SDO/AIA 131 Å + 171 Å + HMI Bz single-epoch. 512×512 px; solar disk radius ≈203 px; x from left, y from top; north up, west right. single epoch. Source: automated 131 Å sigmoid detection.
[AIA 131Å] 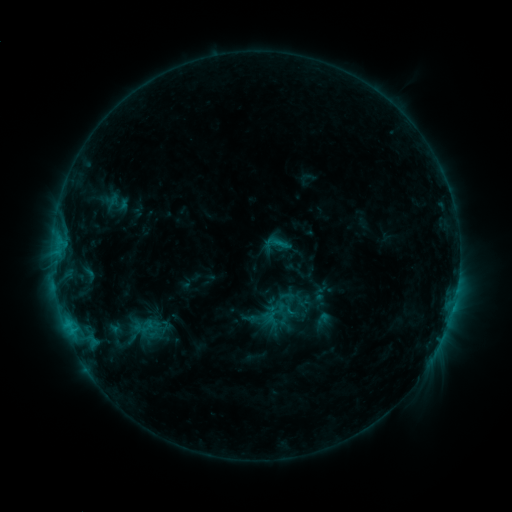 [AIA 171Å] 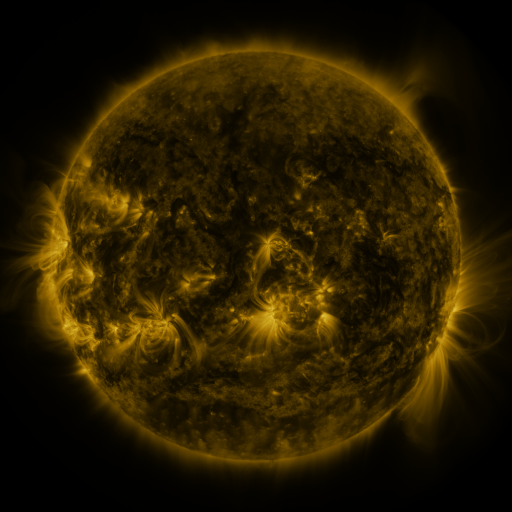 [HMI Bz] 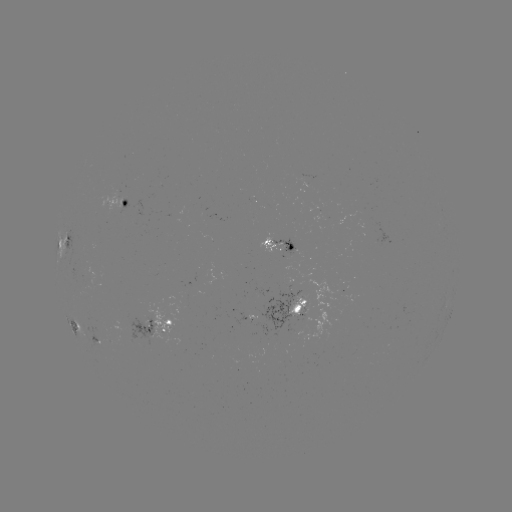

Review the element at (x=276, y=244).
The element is sigmoid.